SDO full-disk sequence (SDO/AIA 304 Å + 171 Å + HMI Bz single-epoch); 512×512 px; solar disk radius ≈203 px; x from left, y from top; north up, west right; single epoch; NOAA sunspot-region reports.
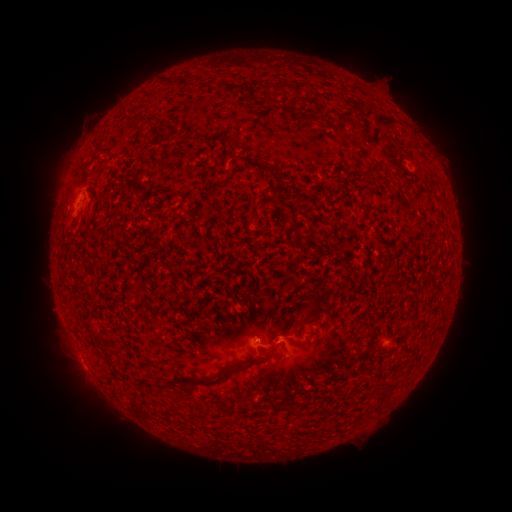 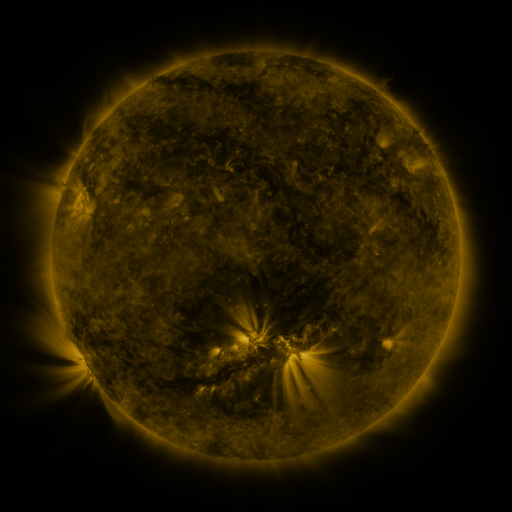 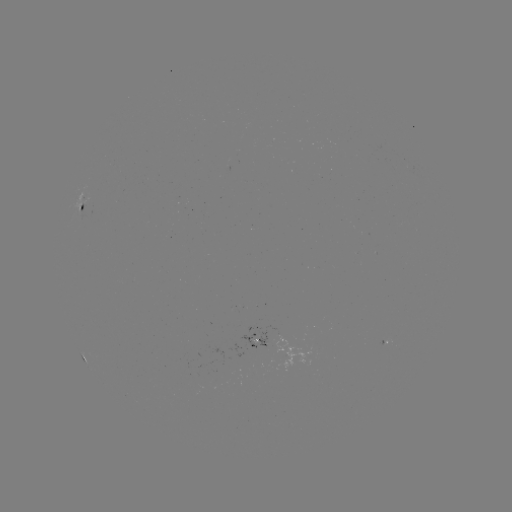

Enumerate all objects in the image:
spotted active region: (82, 205)
spotted active region: (256, 338)
spotted active region: (380, 346)
